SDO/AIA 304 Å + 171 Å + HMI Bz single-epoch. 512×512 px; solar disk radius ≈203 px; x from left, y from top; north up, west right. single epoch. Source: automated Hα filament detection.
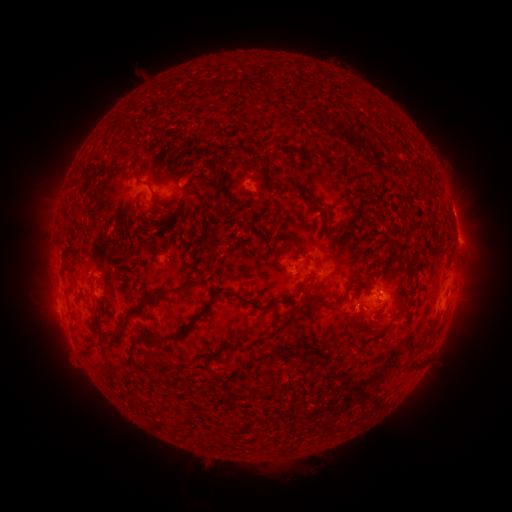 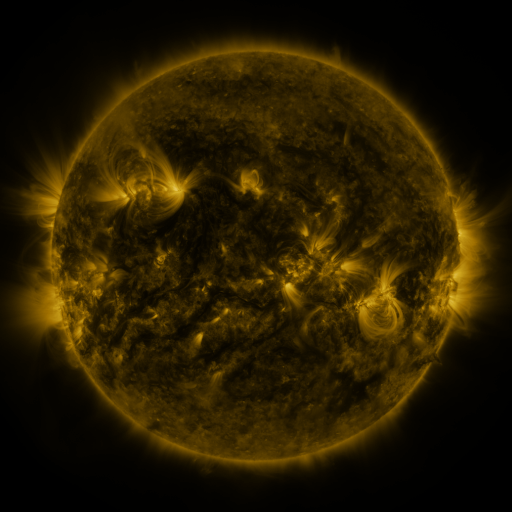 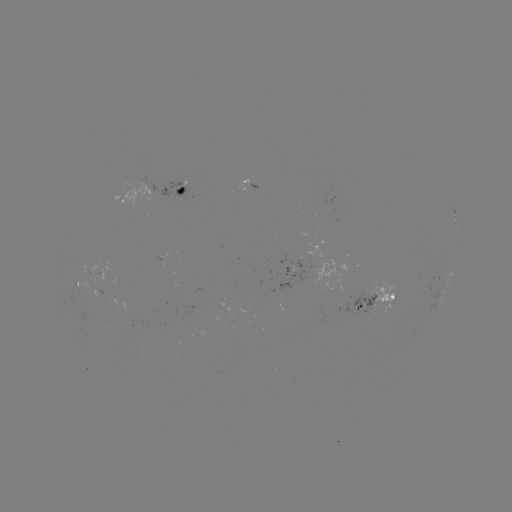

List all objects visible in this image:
filament: (224, 85)
filament: (241, 147)
filament: (135, 174)
filament: (221, 175)
filament: (86, 177)
filament: (150, 191)
filament: (171, 215)
filament: (324, 224)
filament: (296, 251)
filament: (210, 262)
filament: (63, 273)
filament: (127, 276)
filament: (163, 293)
filament: (211, 302)
filament: (328, 305)
filament: (116, 333)
filament: (89, 345)
filament: (105, 353)
filament: (277, 353)
filament: (214, 354)
filament: (418, 364)
filament: (112, 372)
